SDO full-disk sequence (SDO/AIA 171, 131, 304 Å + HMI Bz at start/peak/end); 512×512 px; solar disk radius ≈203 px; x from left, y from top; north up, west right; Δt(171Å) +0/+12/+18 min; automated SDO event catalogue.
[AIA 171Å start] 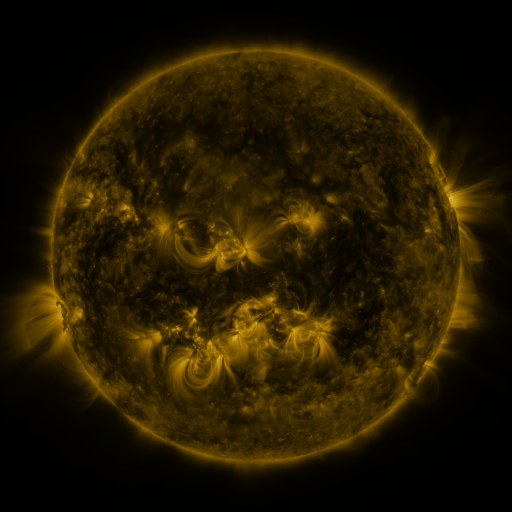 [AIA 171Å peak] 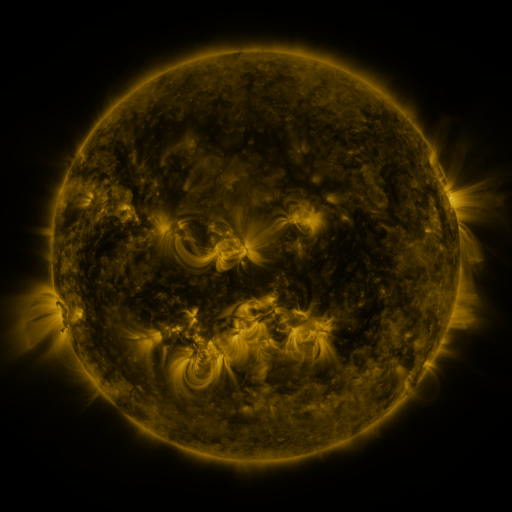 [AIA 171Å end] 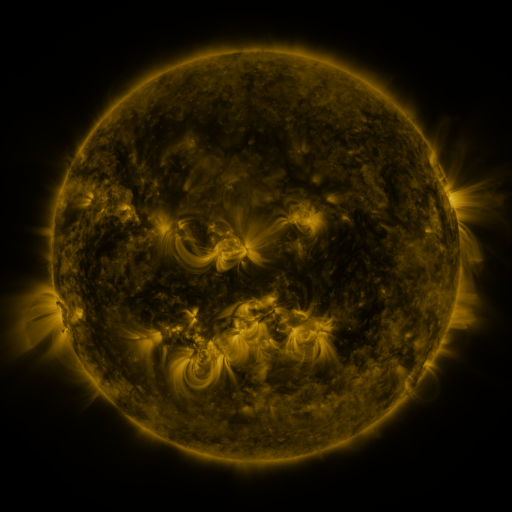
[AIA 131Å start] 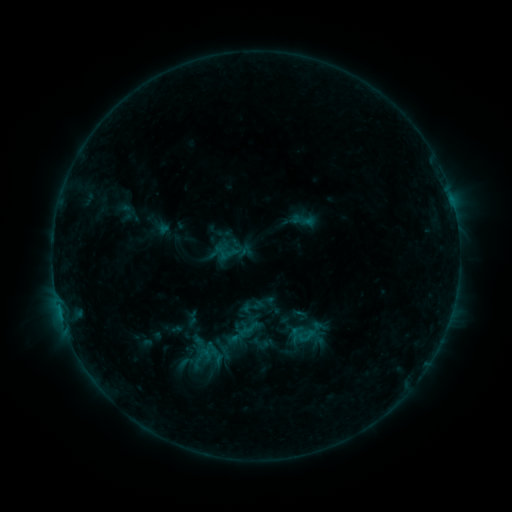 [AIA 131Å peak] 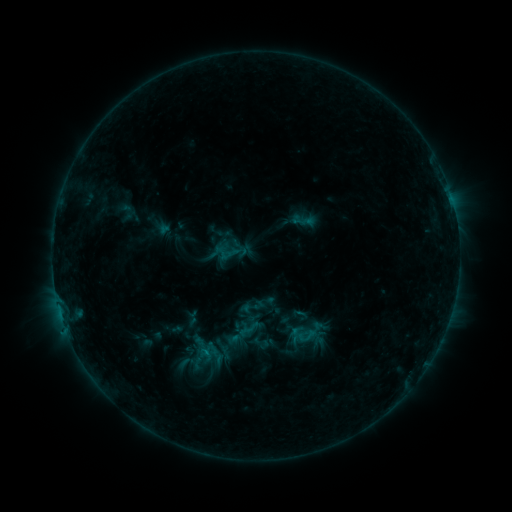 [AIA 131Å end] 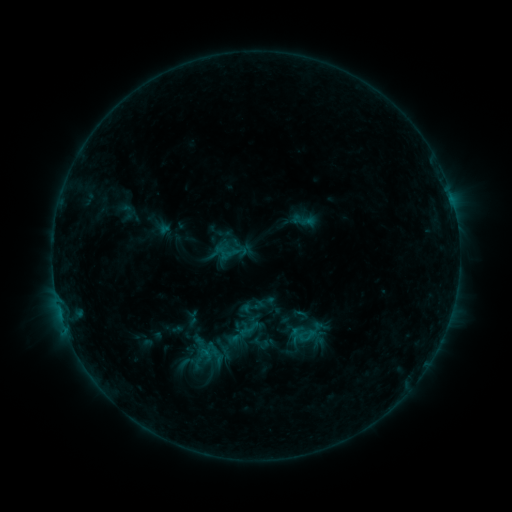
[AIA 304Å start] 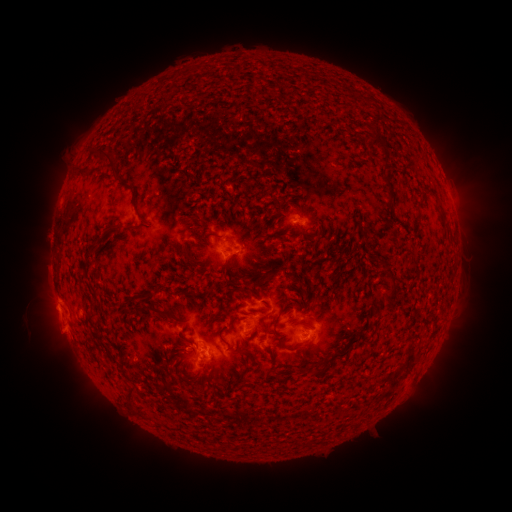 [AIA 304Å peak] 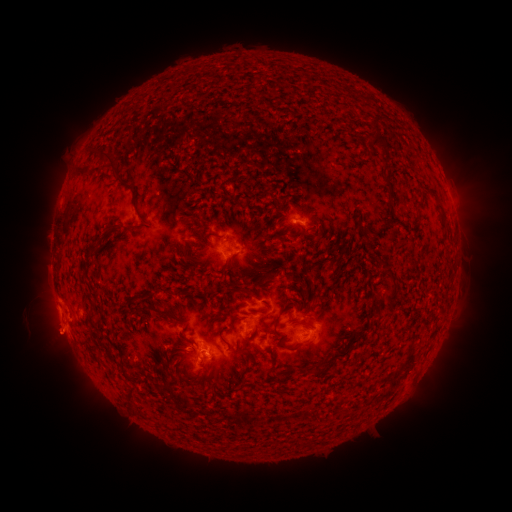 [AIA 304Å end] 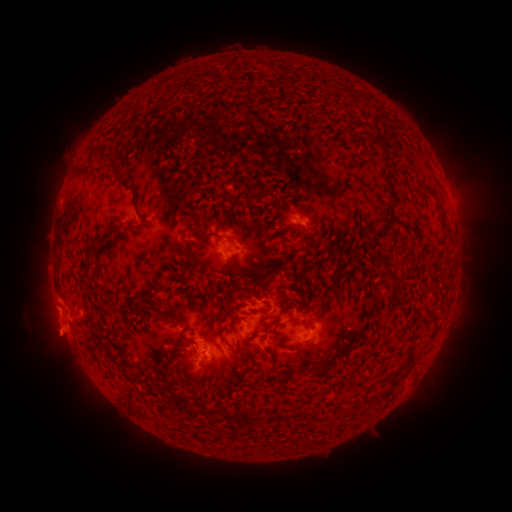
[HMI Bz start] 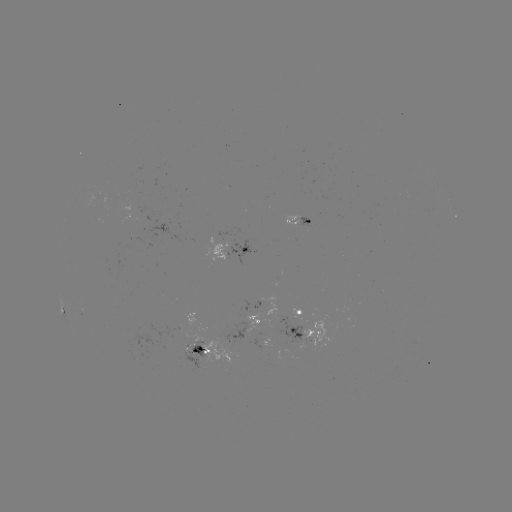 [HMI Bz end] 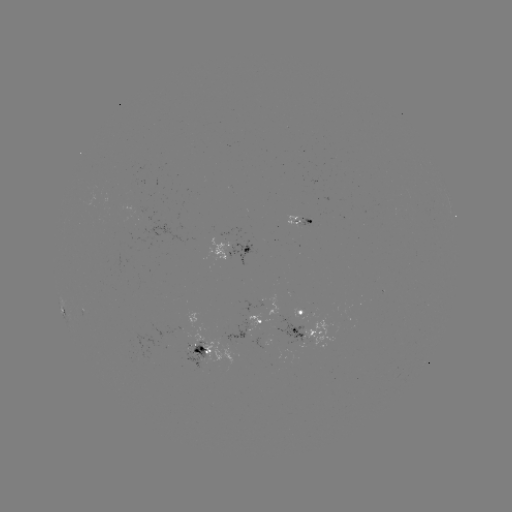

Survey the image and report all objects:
eruption: (56, 339)
